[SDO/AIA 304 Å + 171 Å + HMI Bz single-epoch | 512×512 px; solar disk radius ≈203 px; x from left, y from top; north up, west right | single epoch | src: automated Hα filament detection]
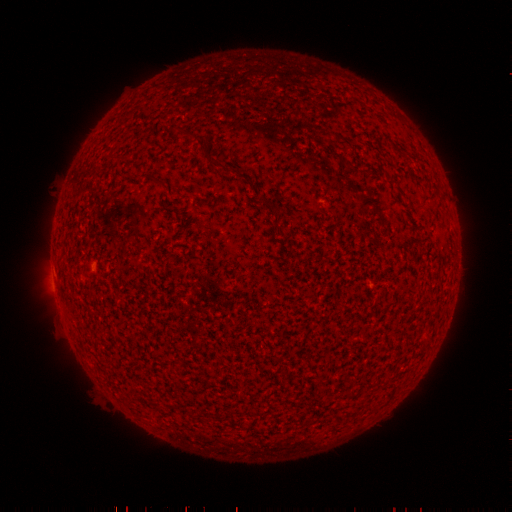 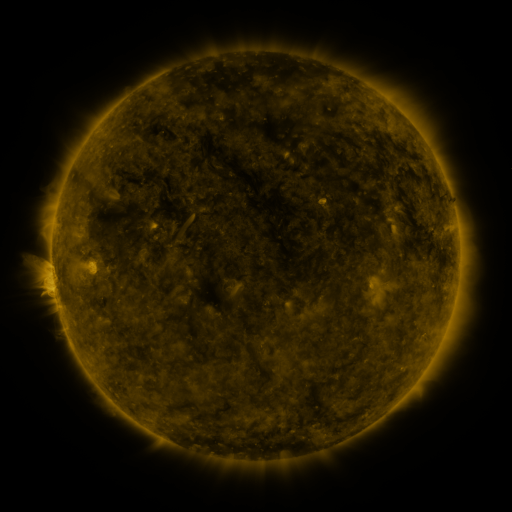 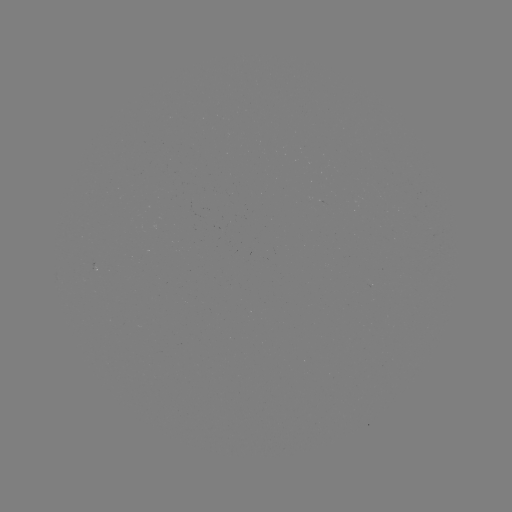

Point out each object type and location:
filament: [211, 158, 226, 169]
filament: [154, 177, 167, 186]
